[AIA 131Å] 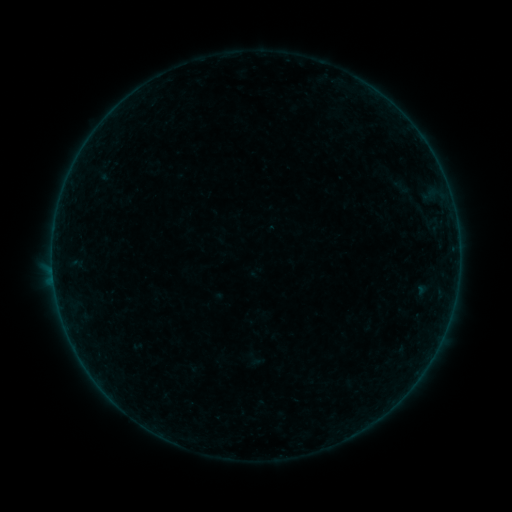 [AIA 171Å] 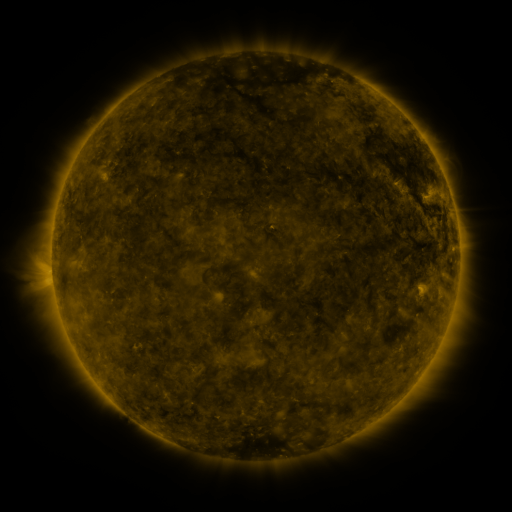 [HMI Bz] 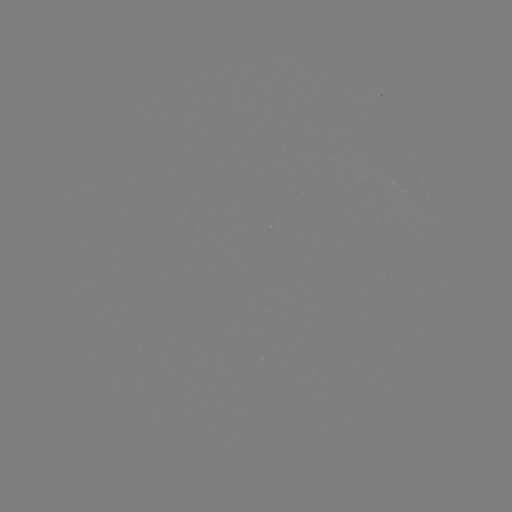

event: sigmoid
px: (402, 187)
